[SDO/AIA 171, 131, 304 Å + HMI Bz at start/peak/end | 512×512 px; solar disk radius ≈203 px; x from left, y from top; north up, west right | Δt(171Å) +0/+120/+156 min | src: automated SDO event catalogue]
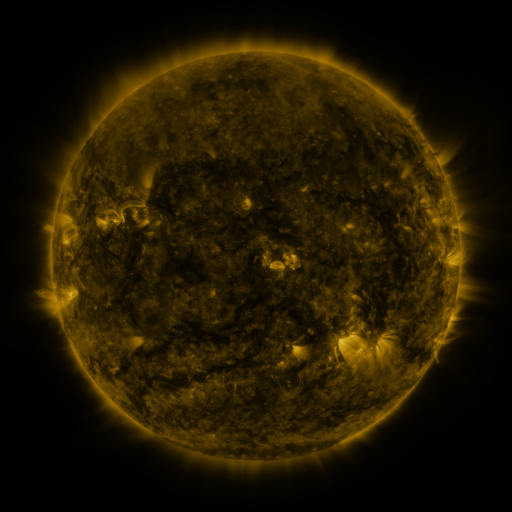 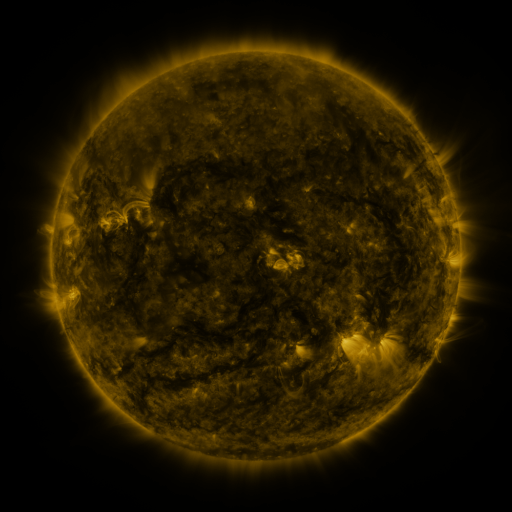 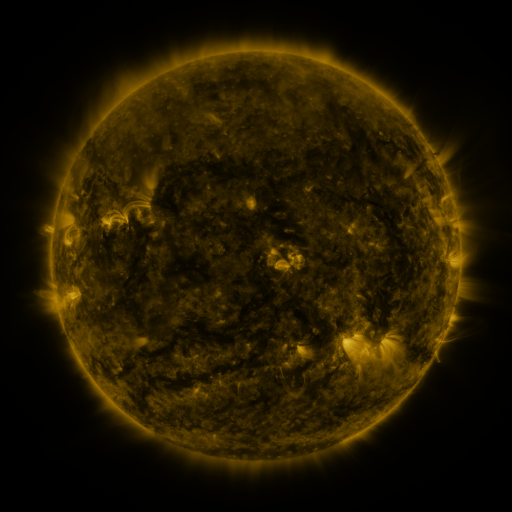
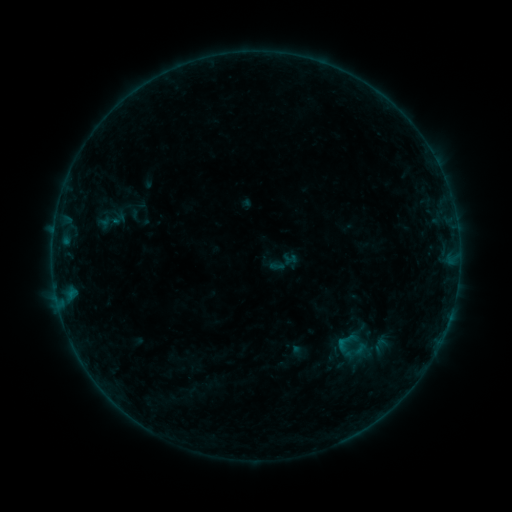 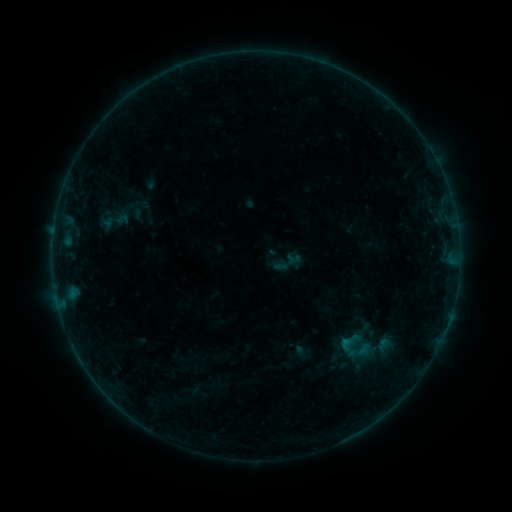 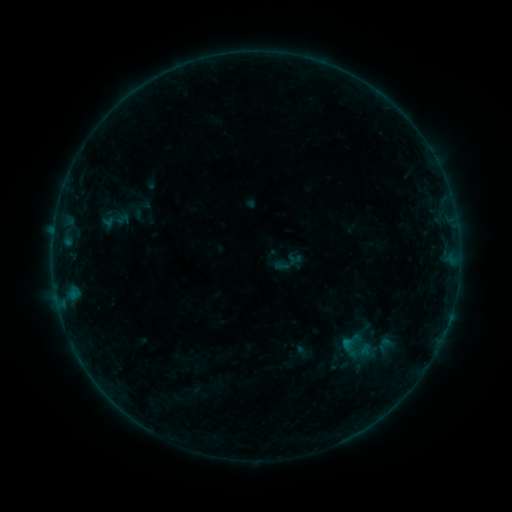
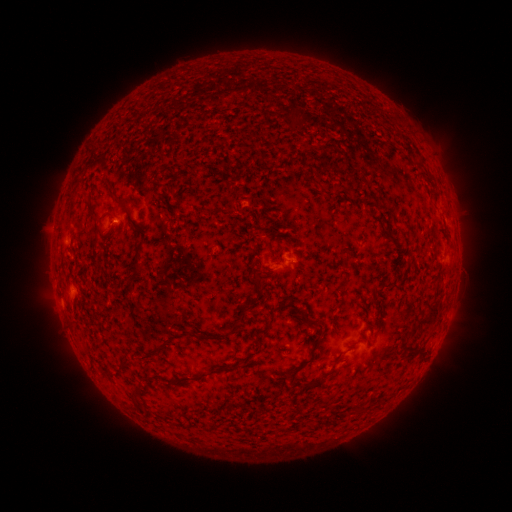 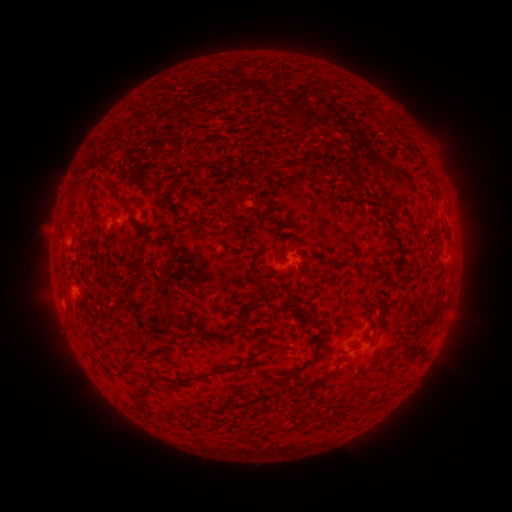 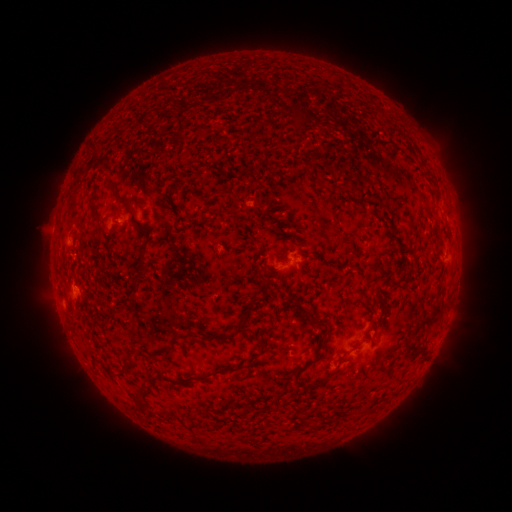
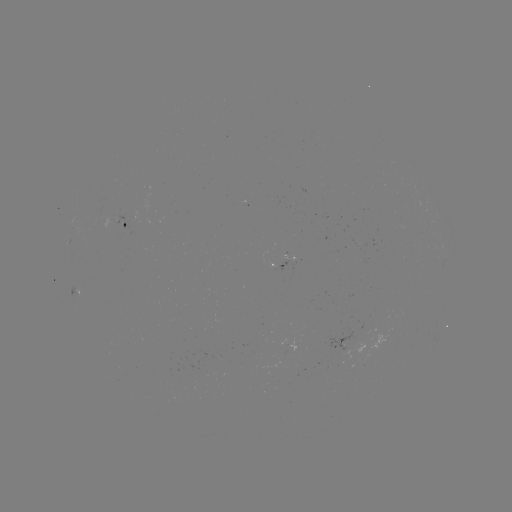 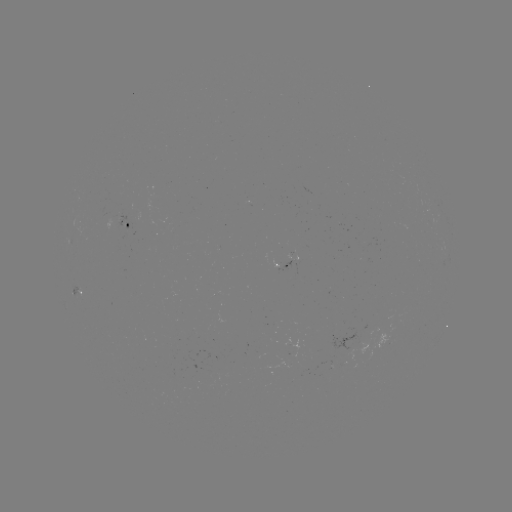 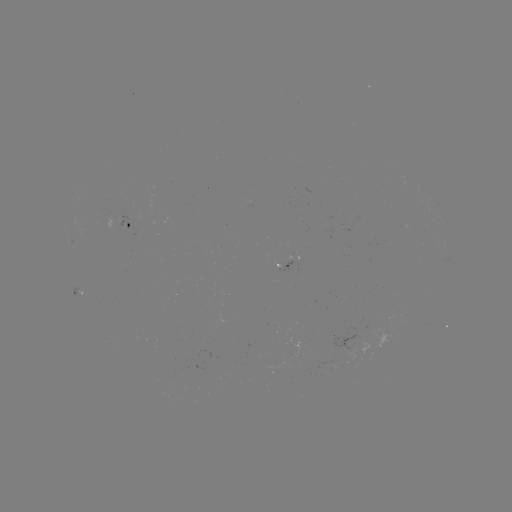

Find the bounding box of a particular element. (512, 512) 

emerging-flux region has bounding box [264, 354, 289, 368].